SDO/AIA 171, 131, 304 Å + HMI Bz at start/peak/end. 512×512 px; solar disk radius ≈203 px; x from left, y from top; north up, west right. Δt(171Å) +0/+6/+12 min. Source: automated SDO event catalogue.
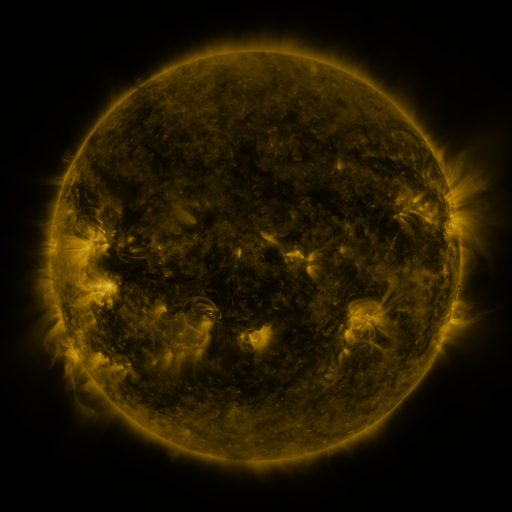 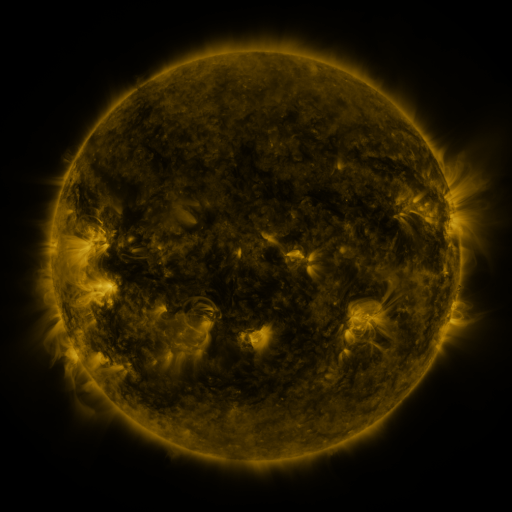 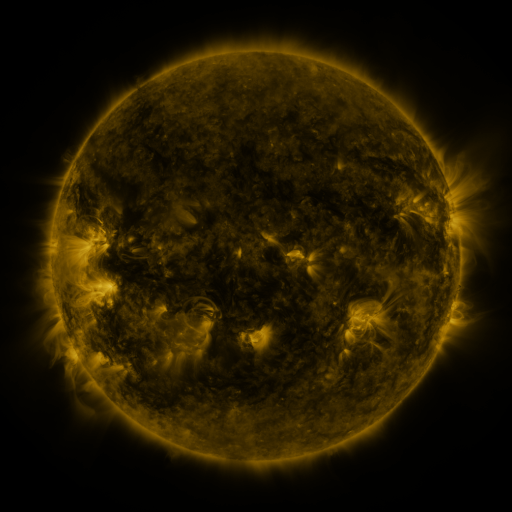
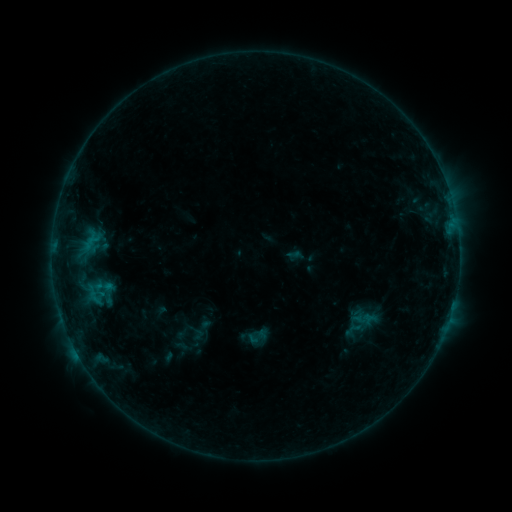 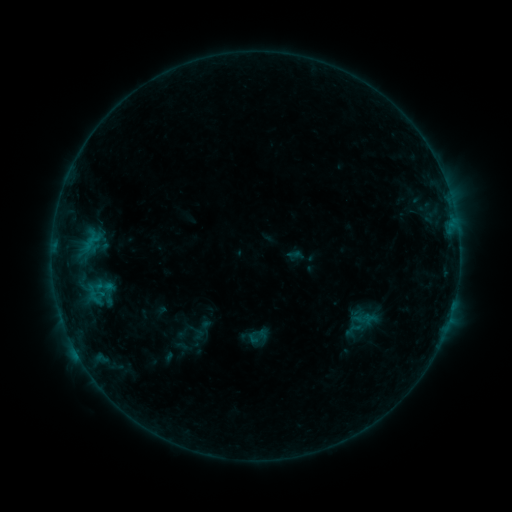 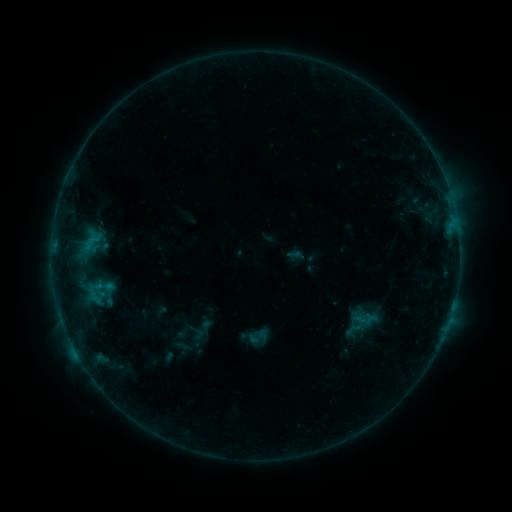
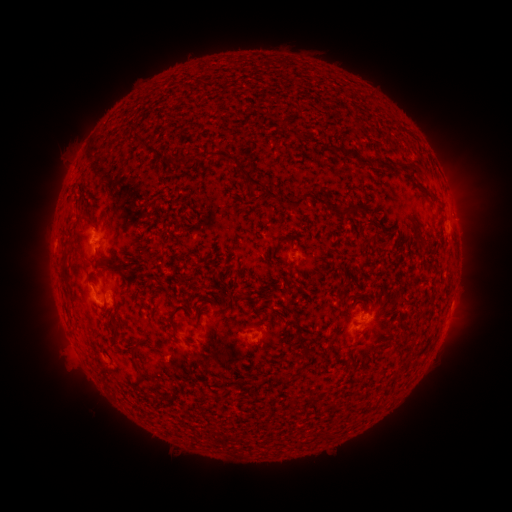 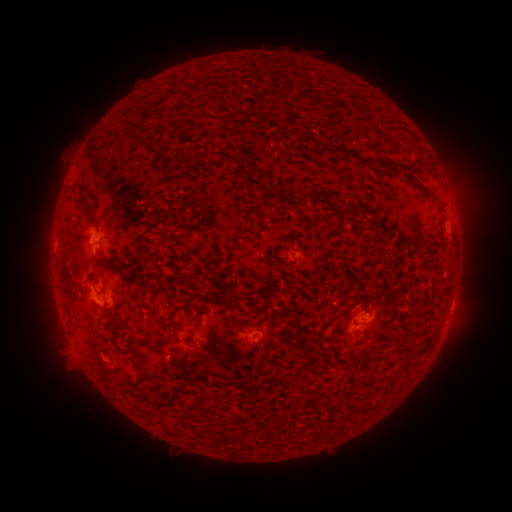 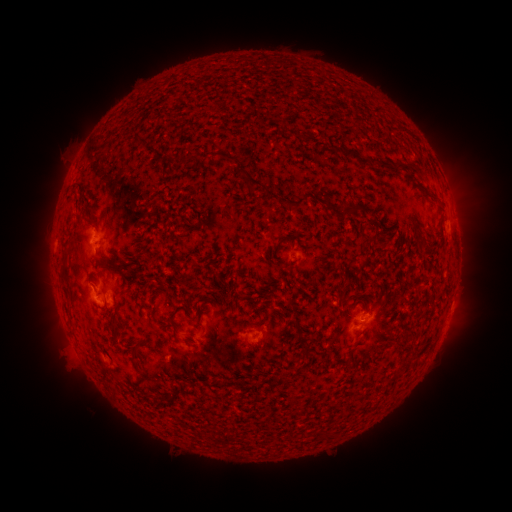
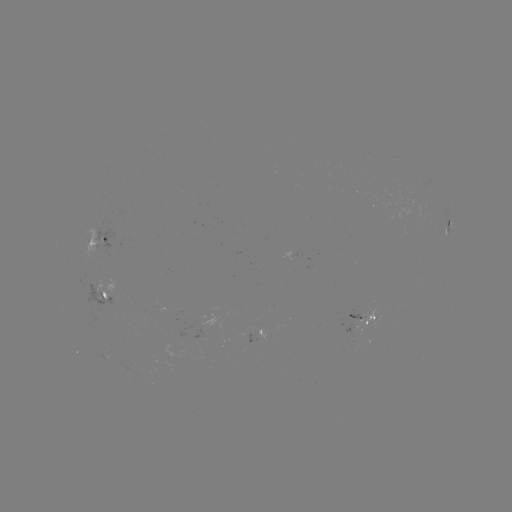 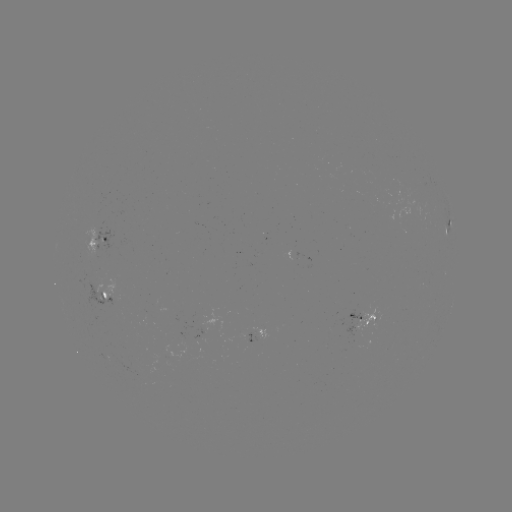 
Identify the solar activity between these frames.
no catalogued flare and no flagged EUV brightening in this window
